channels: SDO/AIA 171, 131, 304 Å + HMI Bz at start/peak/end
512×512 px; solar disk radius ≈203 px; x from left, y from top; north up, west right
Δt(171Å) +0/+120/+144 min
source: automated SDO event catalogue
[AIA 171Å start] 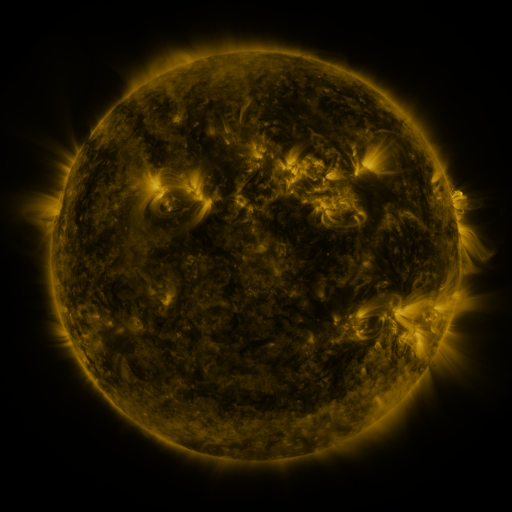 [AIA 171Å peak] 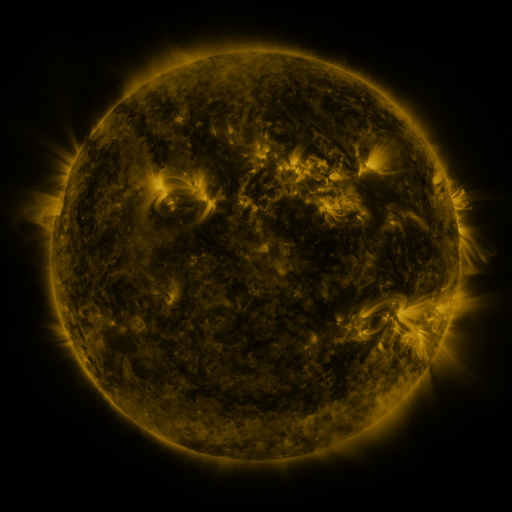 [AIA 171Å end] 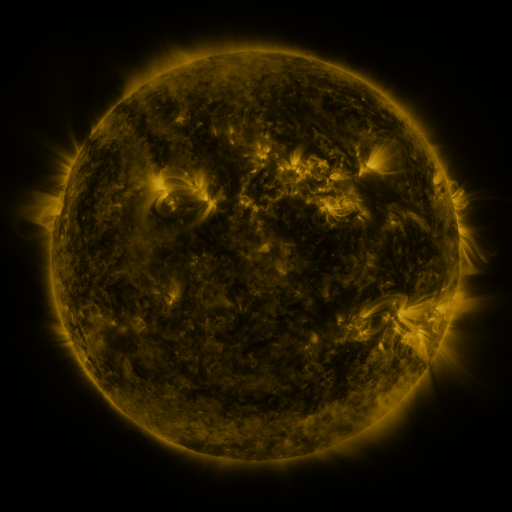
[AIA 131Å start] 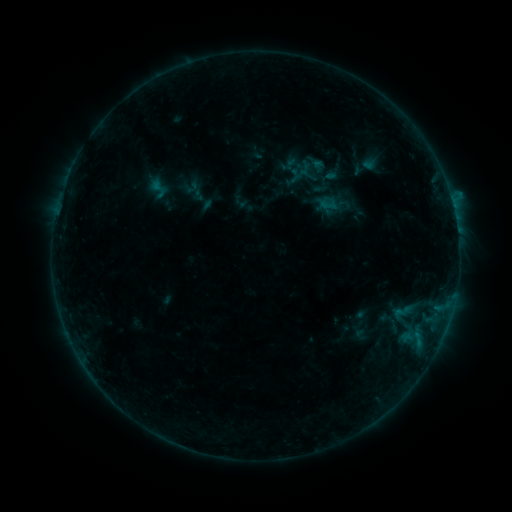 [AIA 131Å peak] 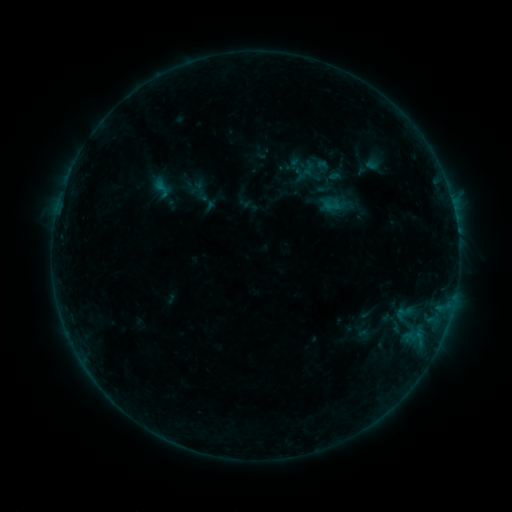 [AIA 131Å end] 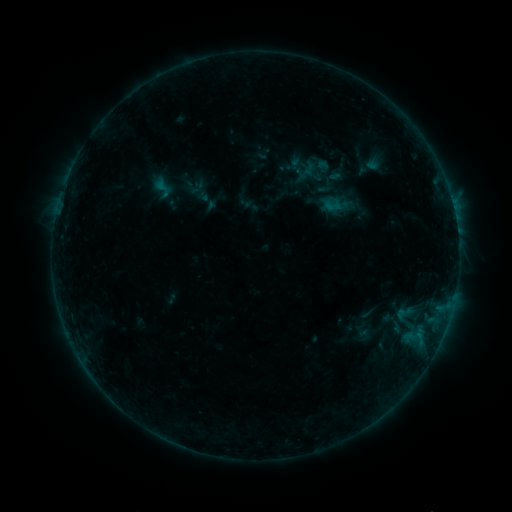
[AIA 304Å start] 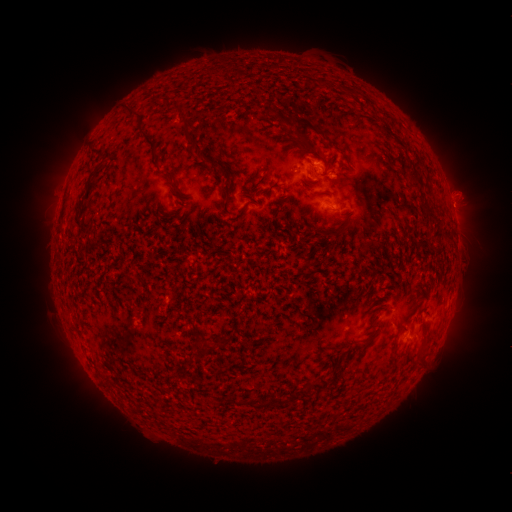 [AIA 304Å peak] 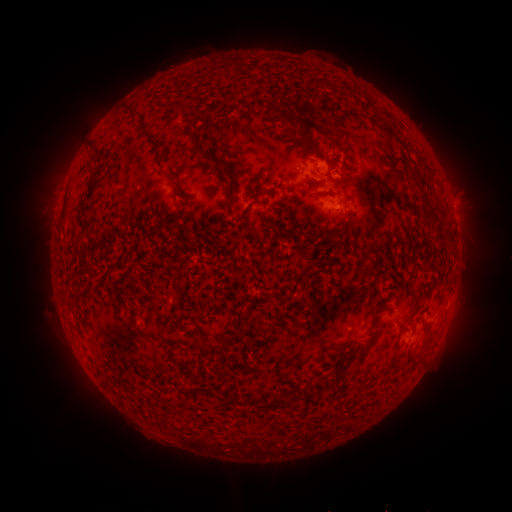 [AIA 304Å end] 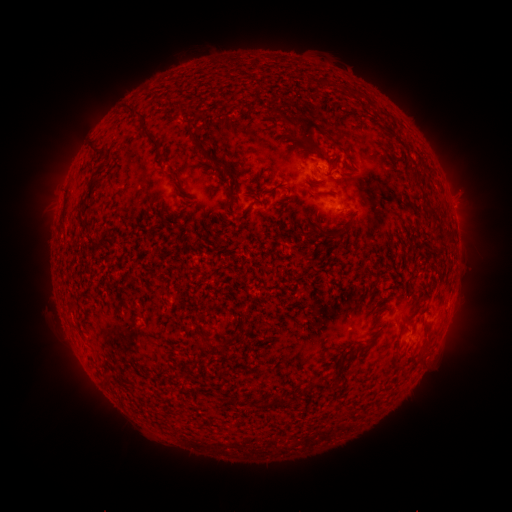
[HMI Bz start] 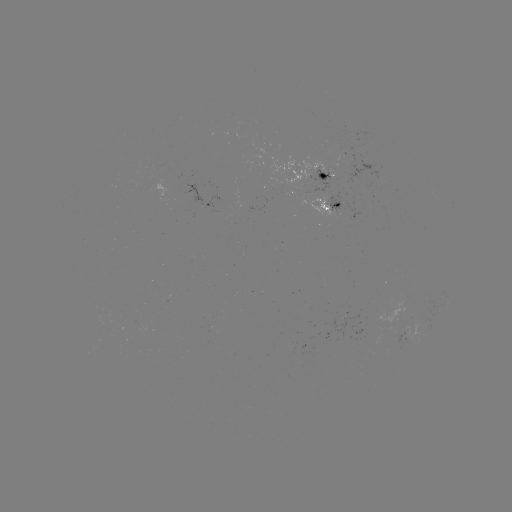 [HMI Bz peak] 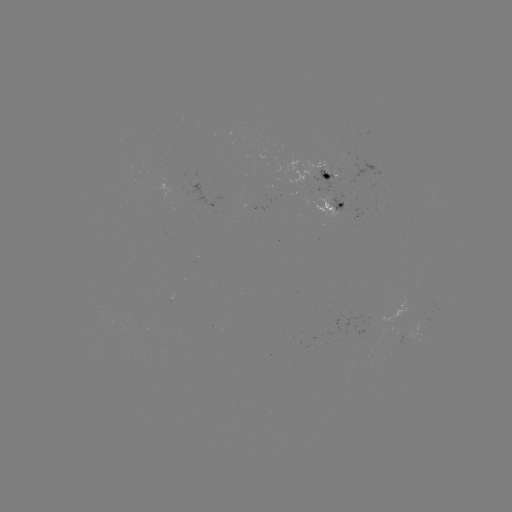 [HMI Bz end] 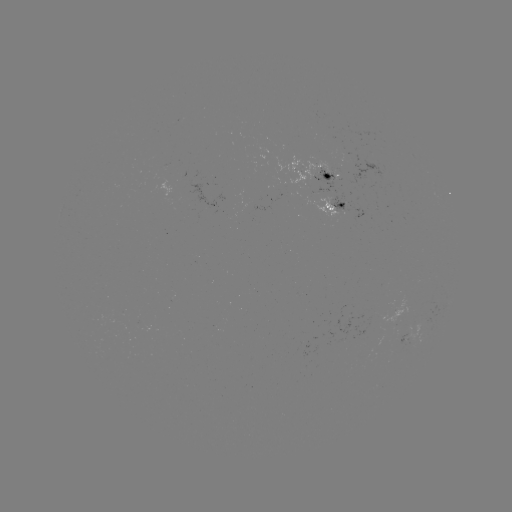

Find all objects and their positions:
emerging-flux region: (329, 175)
